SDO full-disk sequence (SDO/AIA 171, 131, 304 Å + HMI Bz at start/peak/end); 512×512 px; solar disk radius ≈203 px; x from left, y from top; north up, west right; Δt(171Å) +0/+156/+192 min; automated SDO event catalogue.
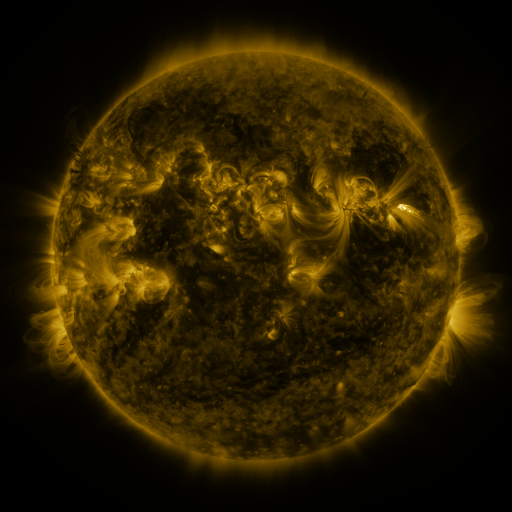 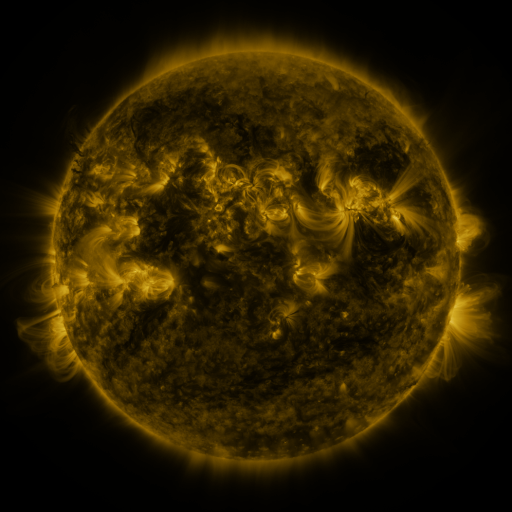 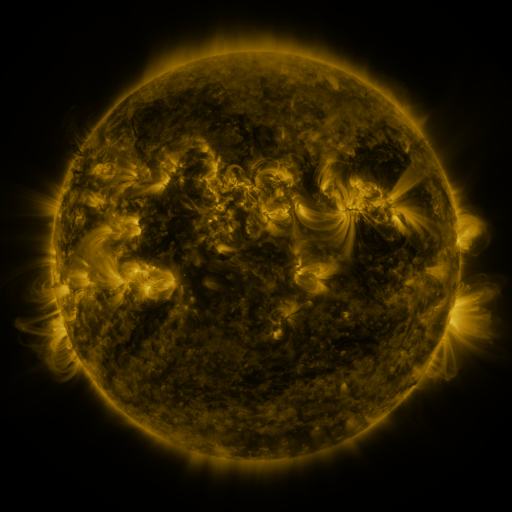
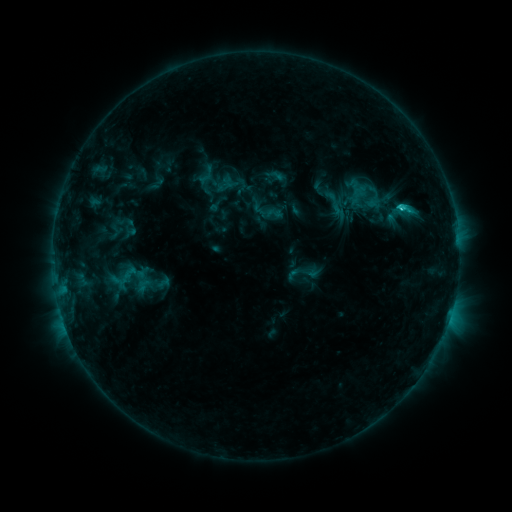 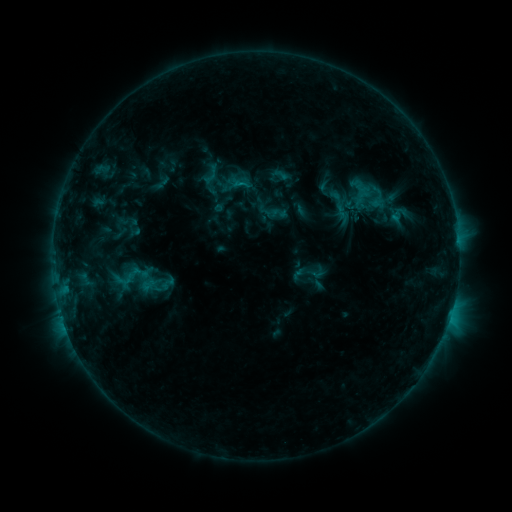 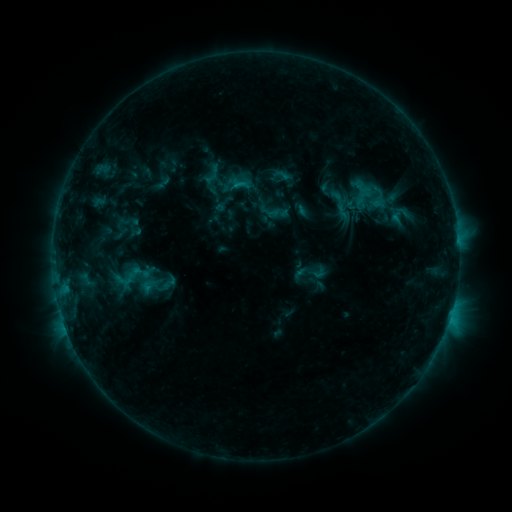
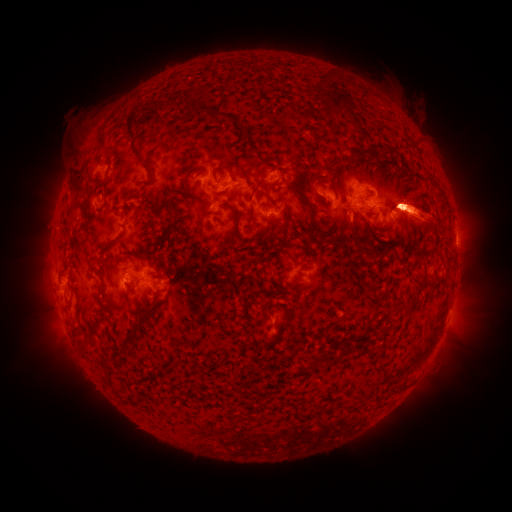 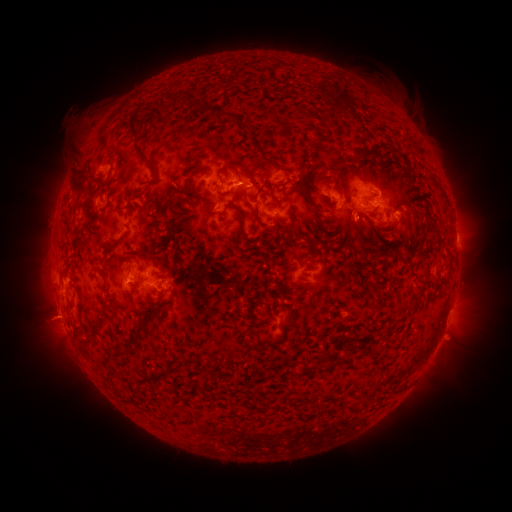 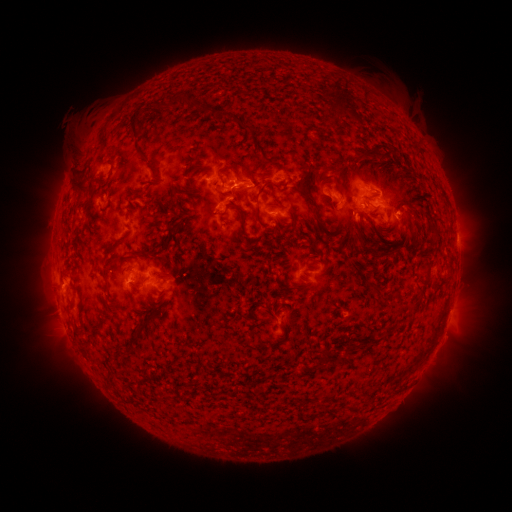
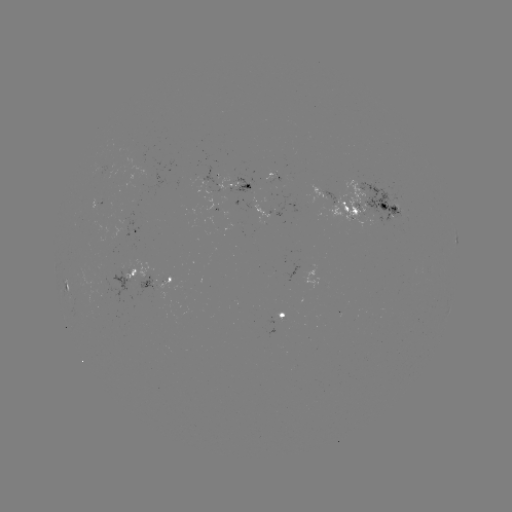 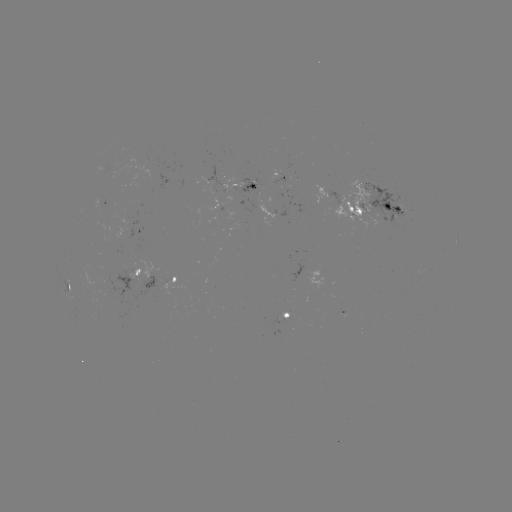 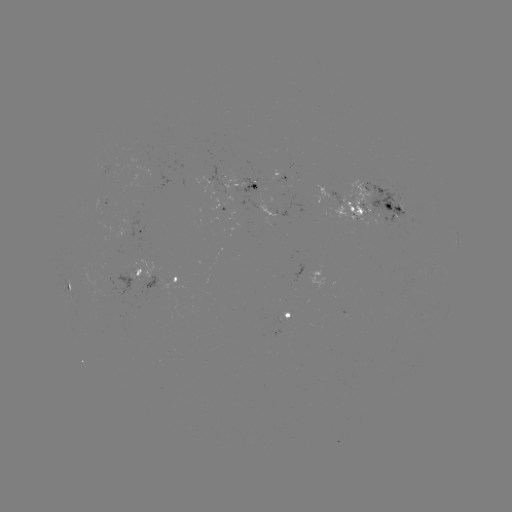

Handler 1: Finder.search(emerging-flux region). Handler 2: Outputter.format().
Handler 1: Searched emerging-flux region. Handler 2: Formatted [268, 218].